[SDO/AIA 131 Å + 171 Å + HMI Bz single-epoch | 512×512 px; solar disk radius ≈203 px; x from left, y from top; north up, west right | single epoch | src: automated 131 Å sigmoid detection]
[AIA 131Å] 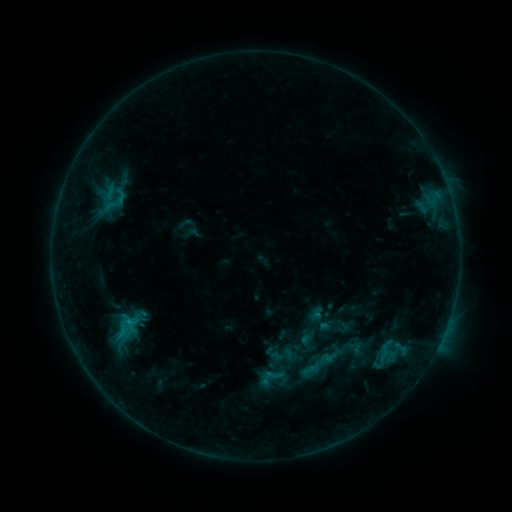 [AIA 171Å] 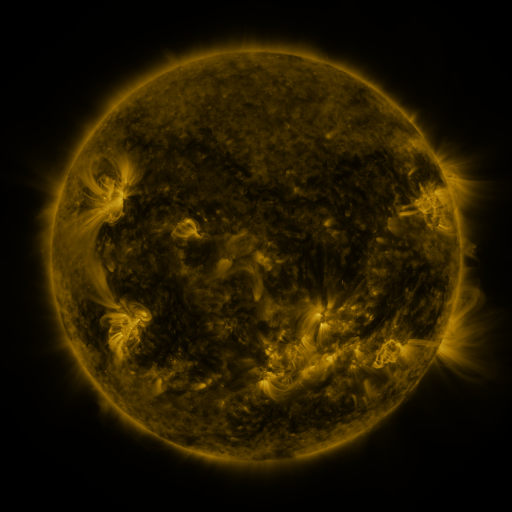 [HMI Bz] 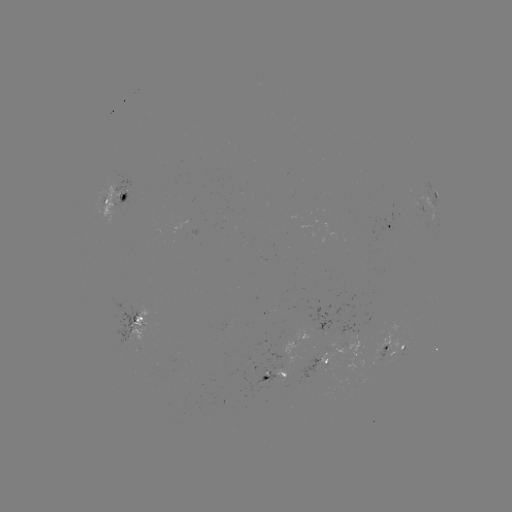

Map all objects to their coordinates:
sigmoid: [110, 311, 142, 339]
sigmoid: [299, 347, 335, 383]
